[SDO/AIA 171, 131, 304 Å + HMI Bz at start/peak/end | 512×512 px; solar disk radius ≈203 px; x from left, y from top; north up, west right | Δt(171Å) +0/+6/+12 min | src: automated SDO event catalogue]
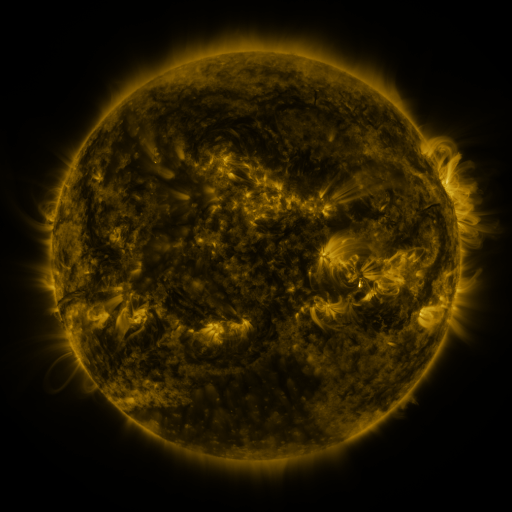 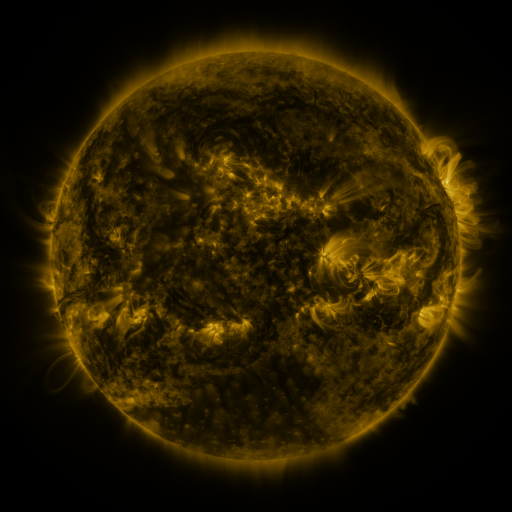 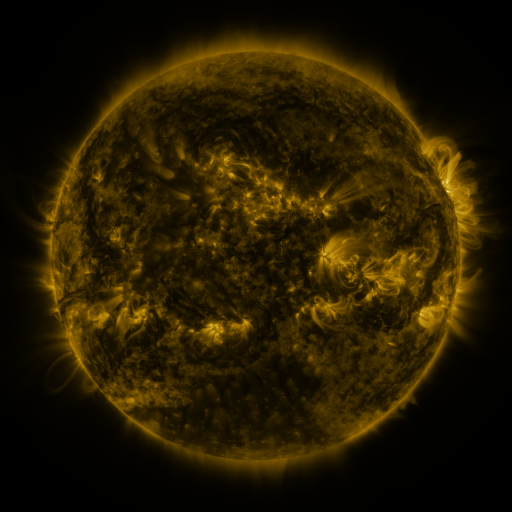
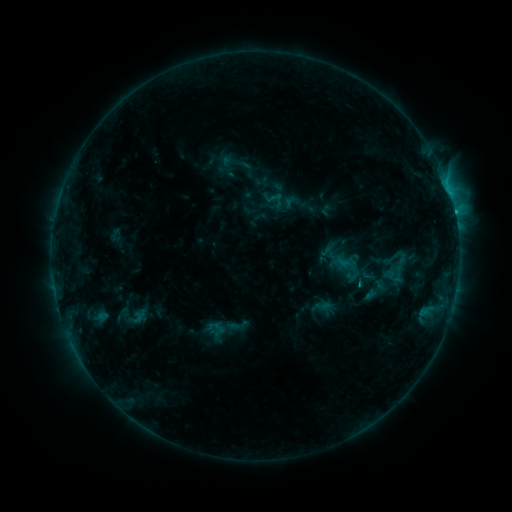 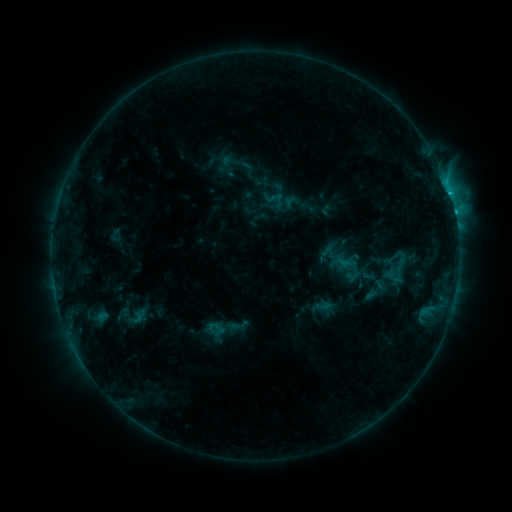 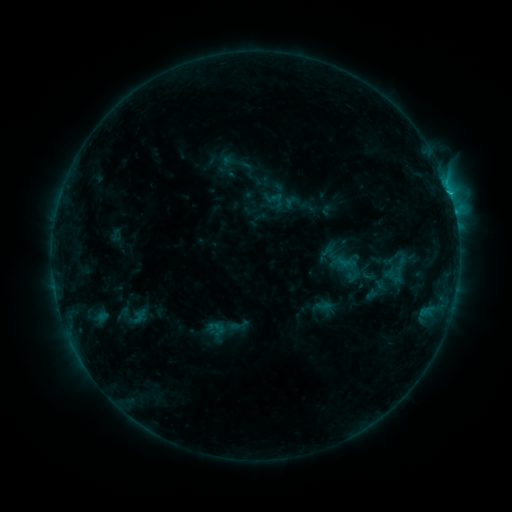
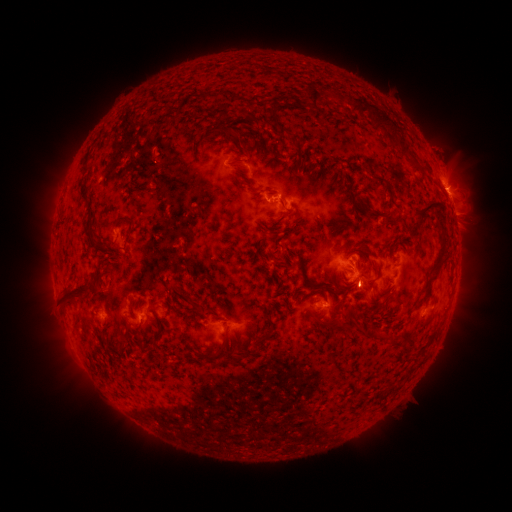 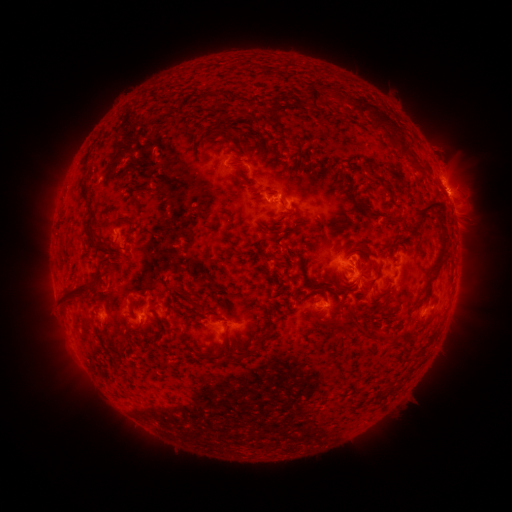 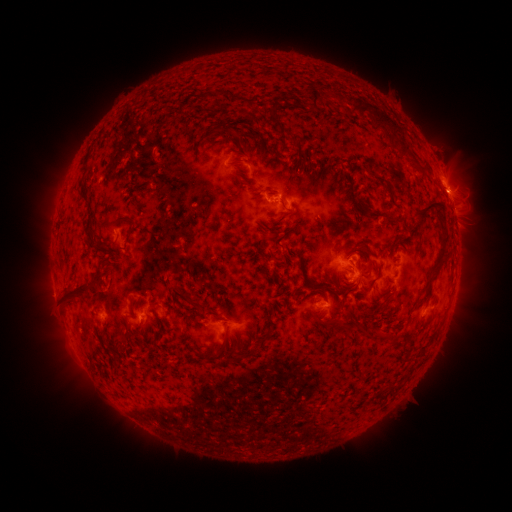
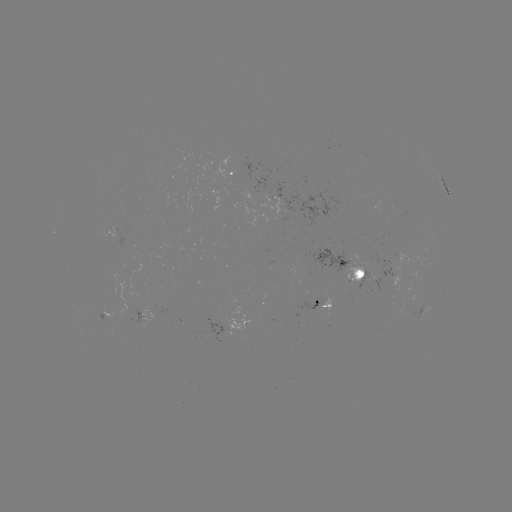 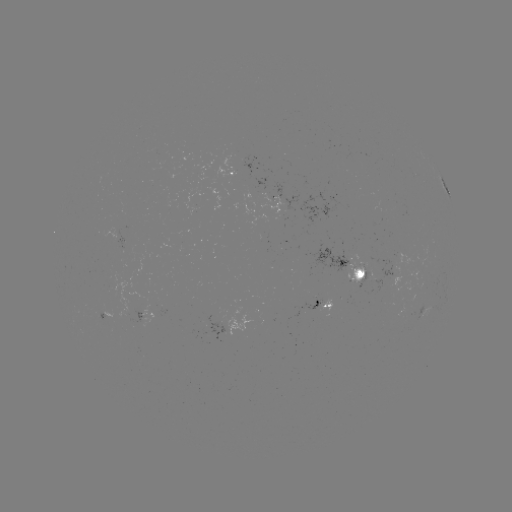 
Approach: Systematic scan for C2.3 flare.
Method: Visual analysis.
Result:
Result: C2.3 flare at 447,196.